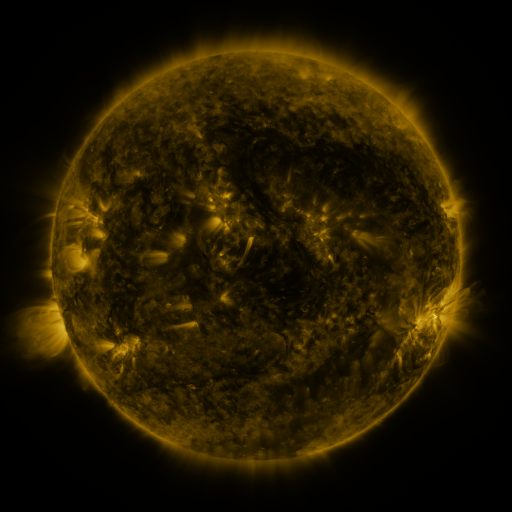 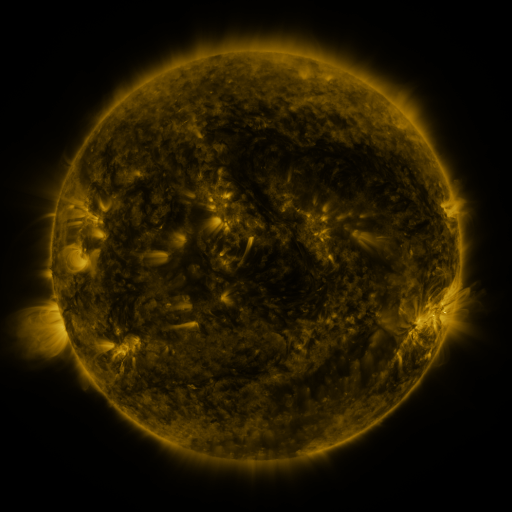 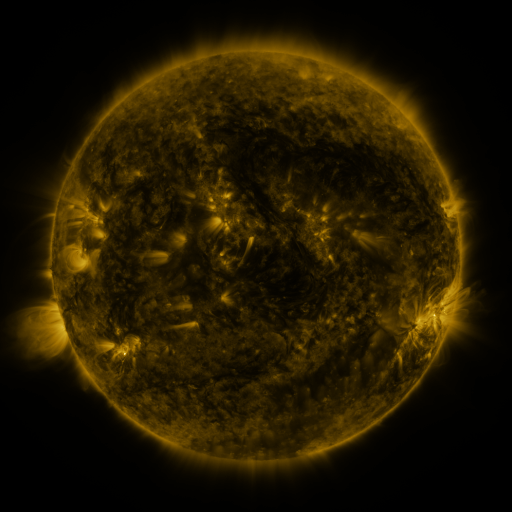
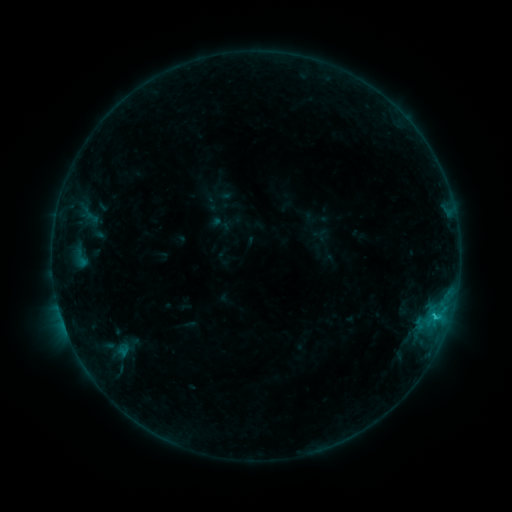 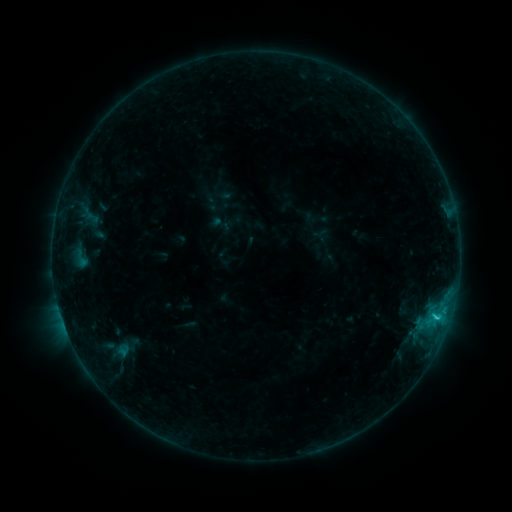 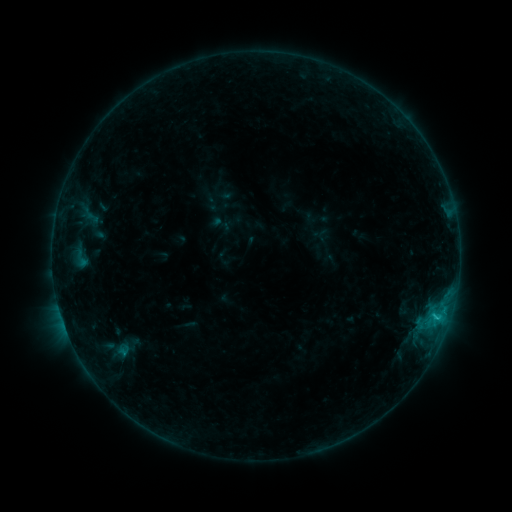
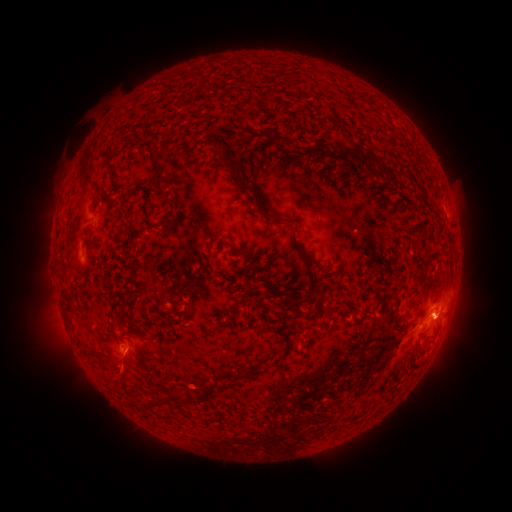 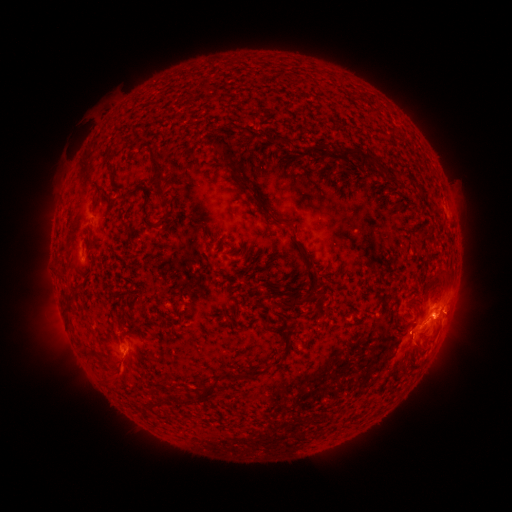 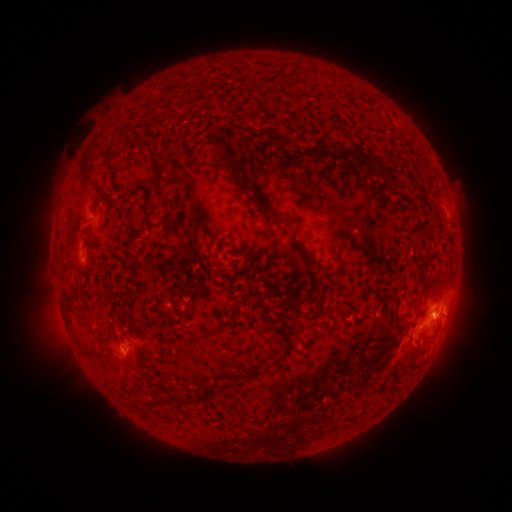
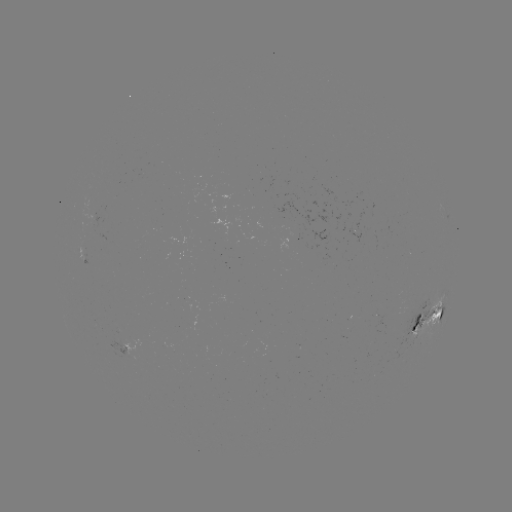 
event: flare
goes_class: C1.3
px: (434, 315)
